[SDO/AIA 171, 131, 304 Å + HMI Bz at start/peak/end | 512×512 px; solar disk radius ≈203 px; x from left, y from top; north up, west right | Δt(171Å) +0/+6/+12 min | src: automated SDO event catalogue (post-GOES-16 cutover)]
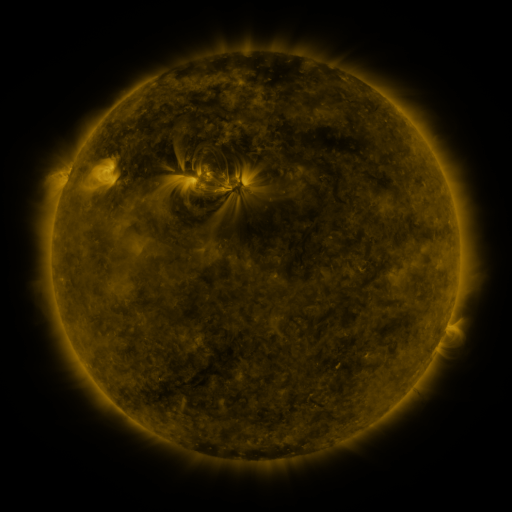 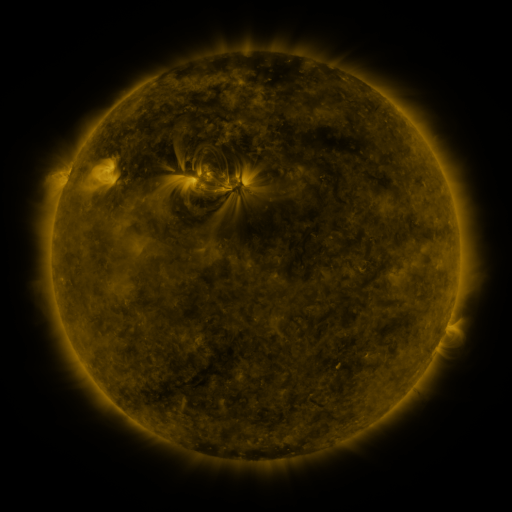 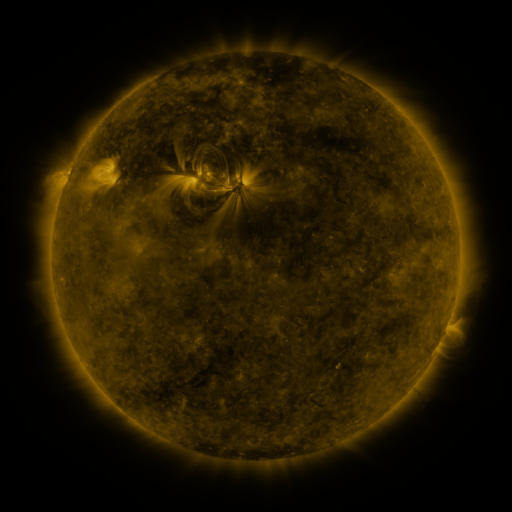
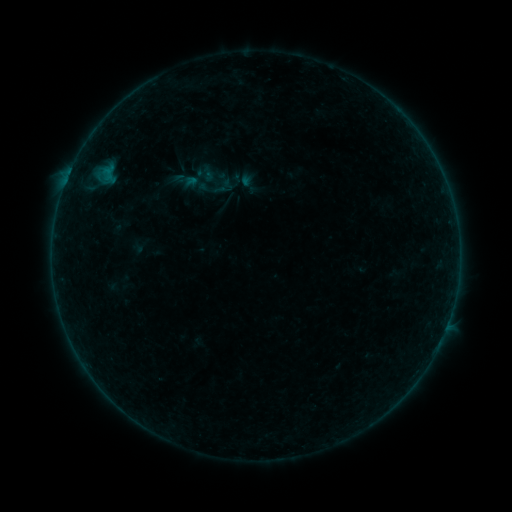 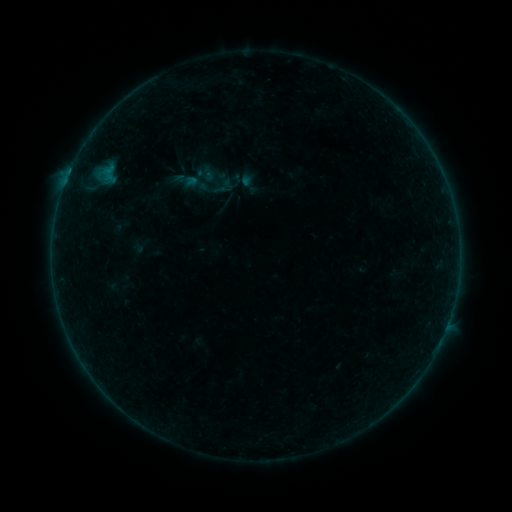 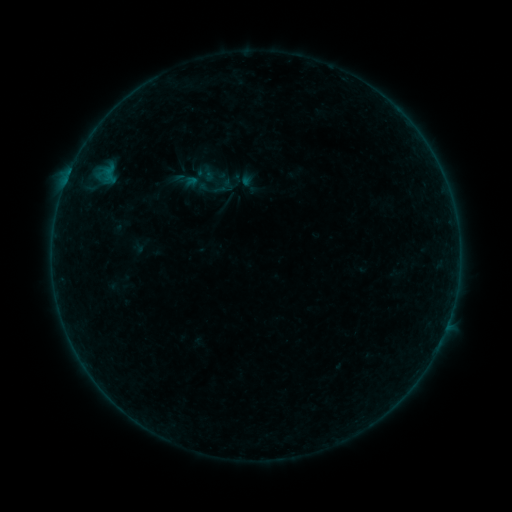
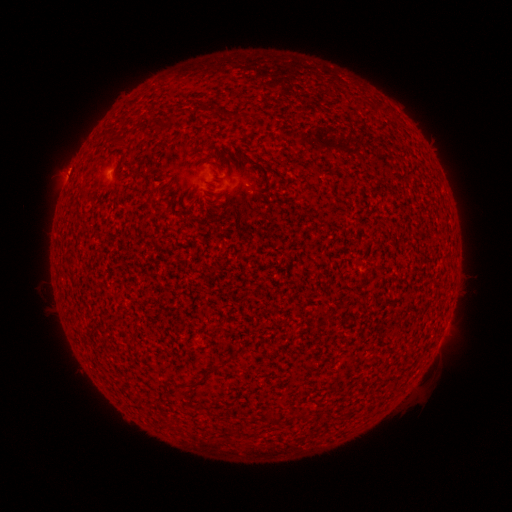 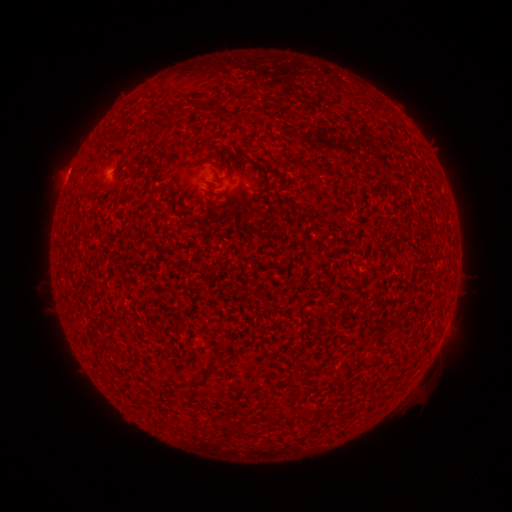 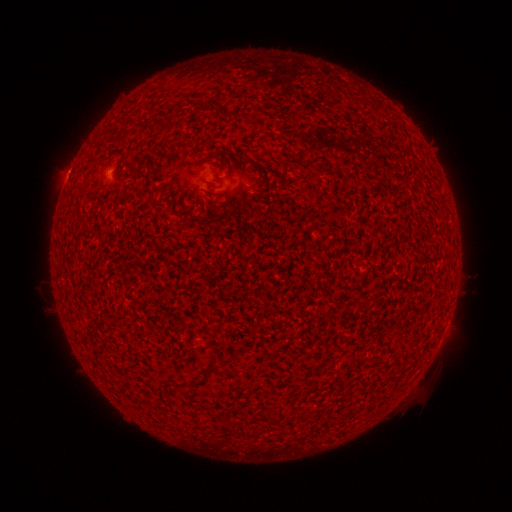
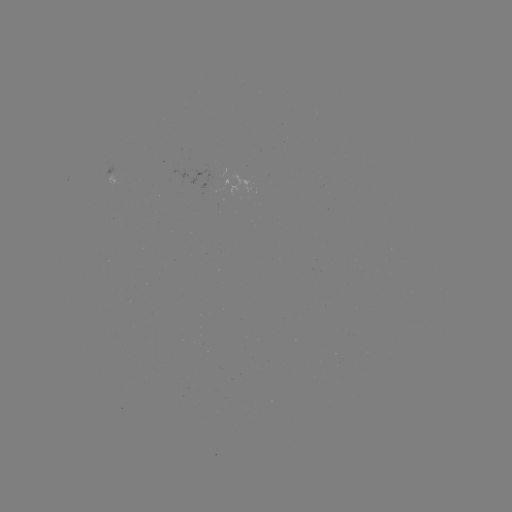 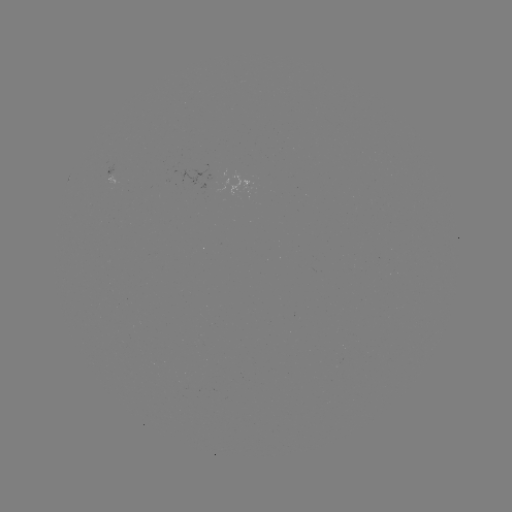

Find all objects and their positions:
A8.7 flare: (70, 174)
